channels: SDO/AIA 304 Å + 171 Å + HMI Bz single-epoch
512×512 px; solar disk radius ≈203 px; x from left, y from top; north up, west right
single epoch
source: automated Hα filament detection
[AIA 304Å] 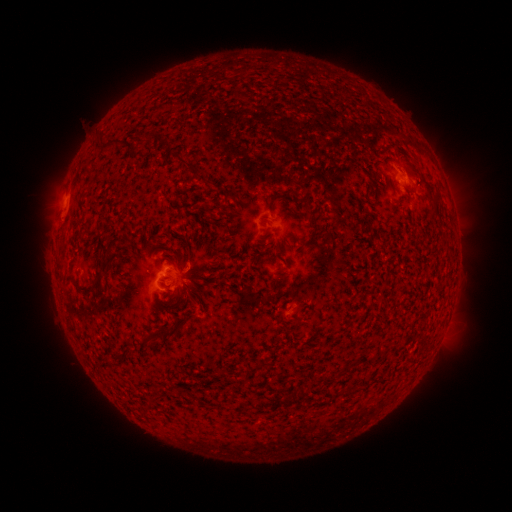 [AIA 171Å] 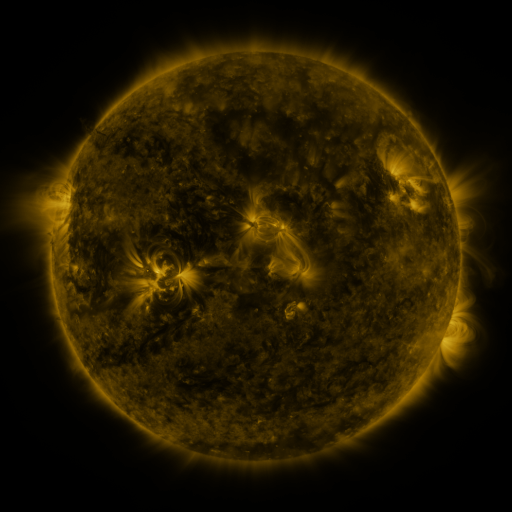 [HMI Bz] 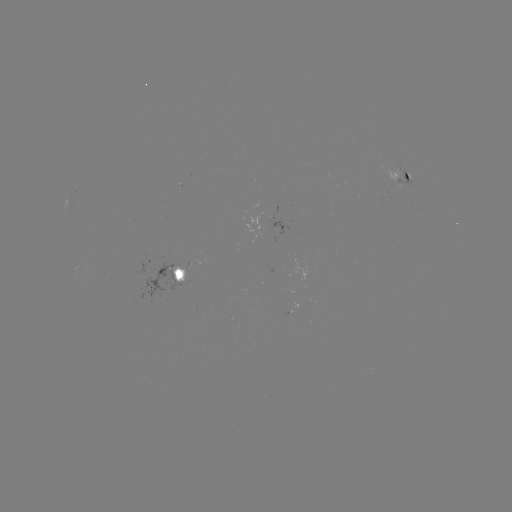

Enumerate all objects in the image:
filament: (109, 145)
filament: (138, 145)
filament: (184, 161)
filament: (266, 200)
filament: (309, 206)
filament: (279, 281)
filament: (96, 286)
filament: (189, 289)
filament: (174, 297)
filament: (178, 327)
filament: (153, 338)
filament: (329, 379)
filament: (303, 392)
